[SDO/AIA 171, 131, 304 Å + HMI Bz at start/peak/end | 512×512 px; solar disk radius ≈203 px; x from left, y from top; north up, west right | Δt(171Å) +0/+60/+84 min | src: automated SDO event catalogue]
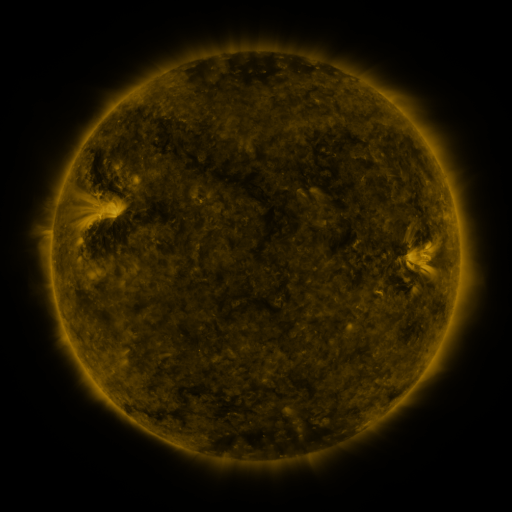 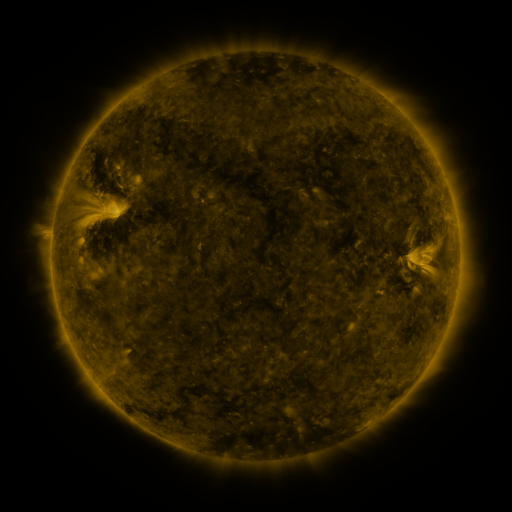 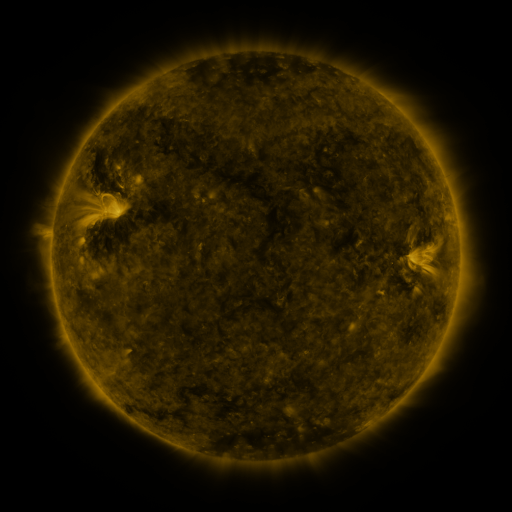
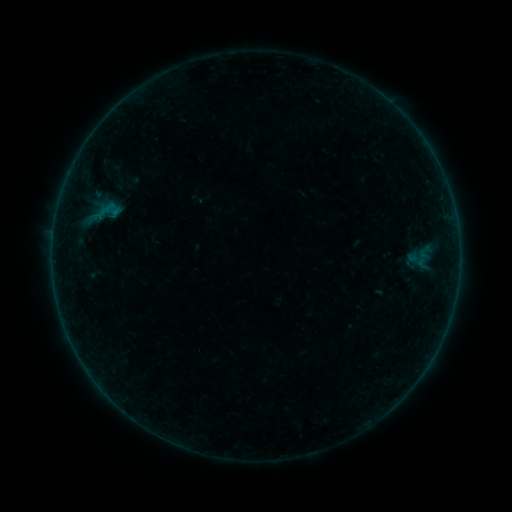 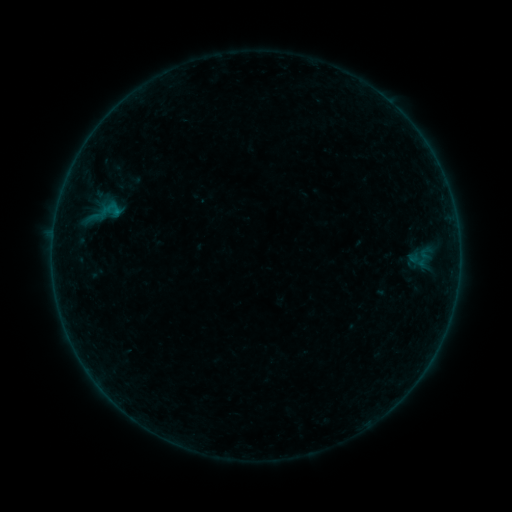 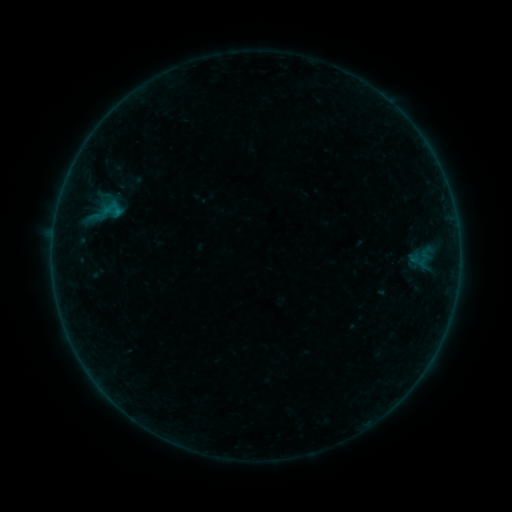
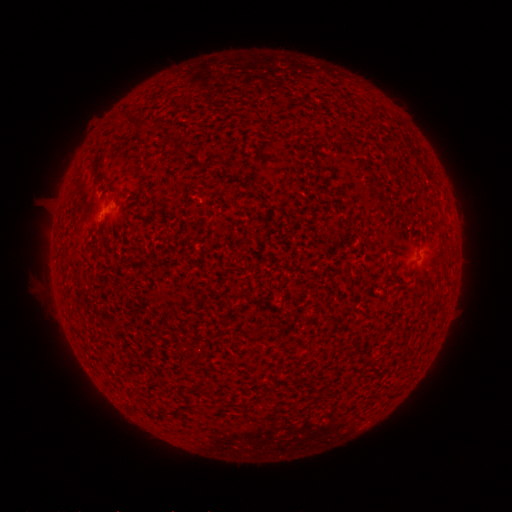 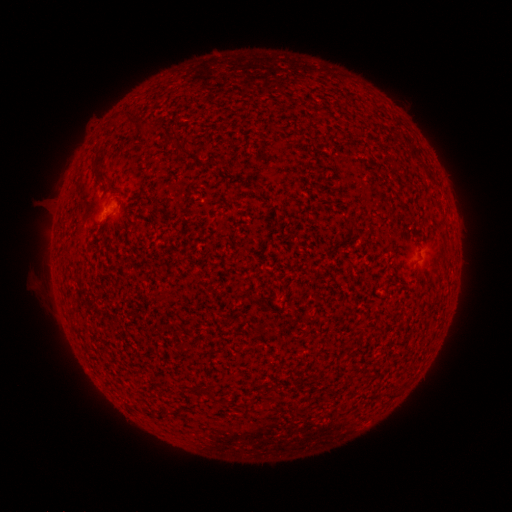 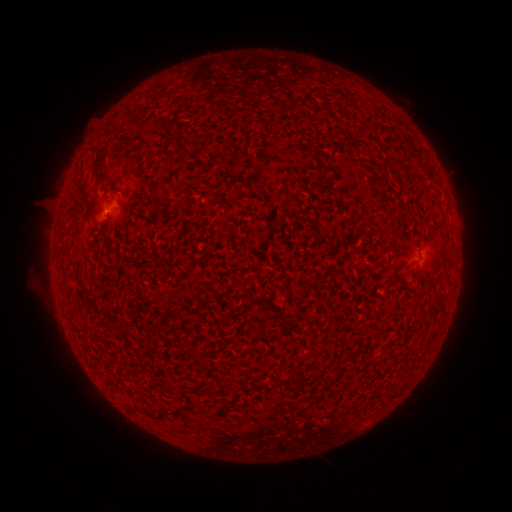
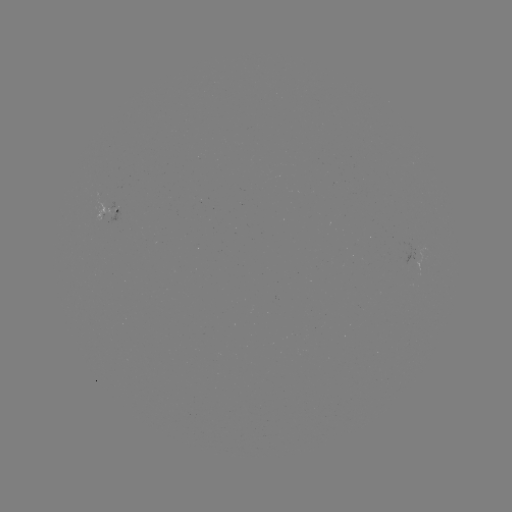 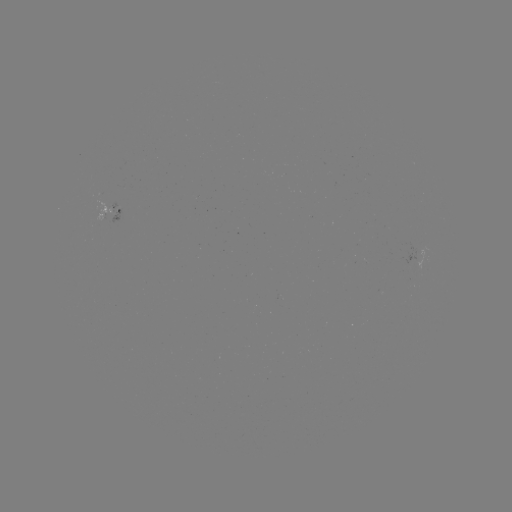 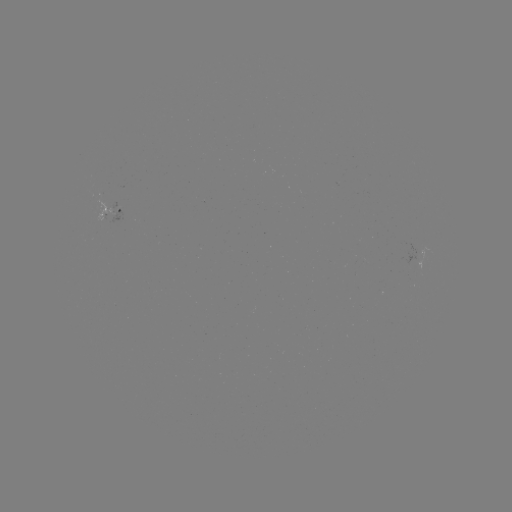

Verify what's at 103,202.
emerging-flux region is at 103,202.